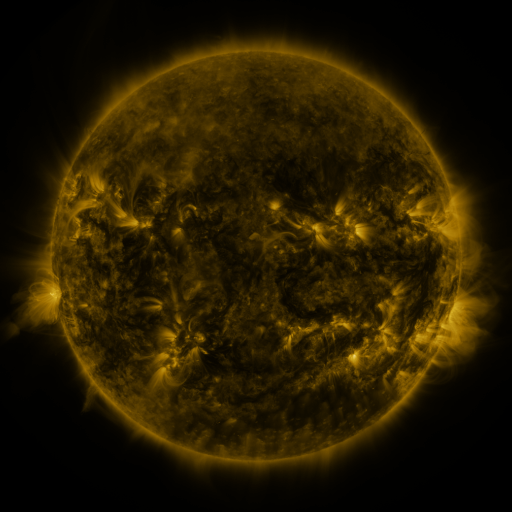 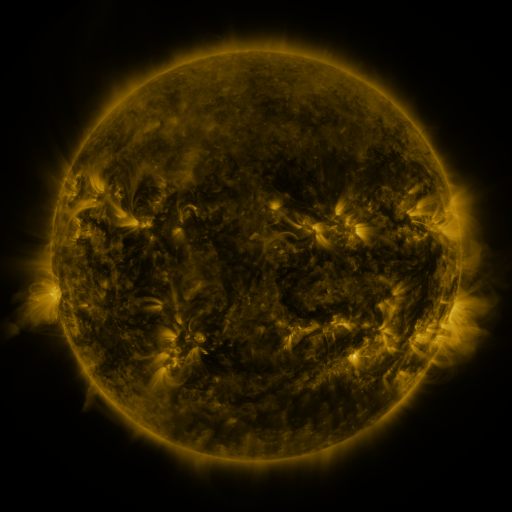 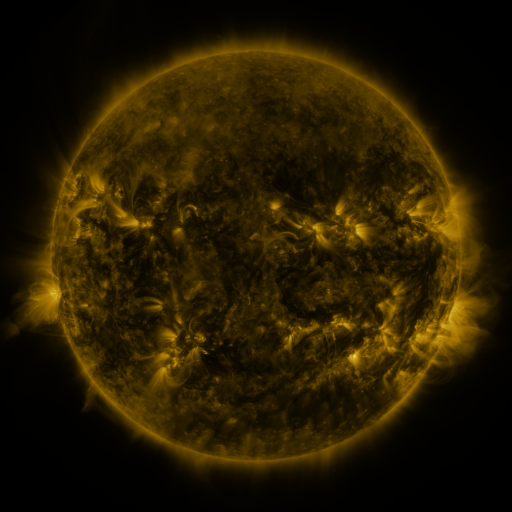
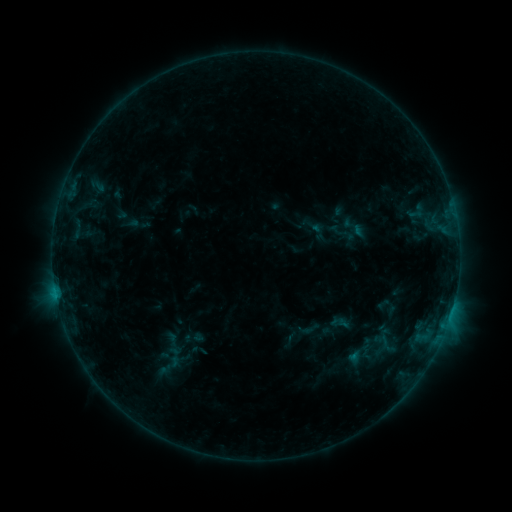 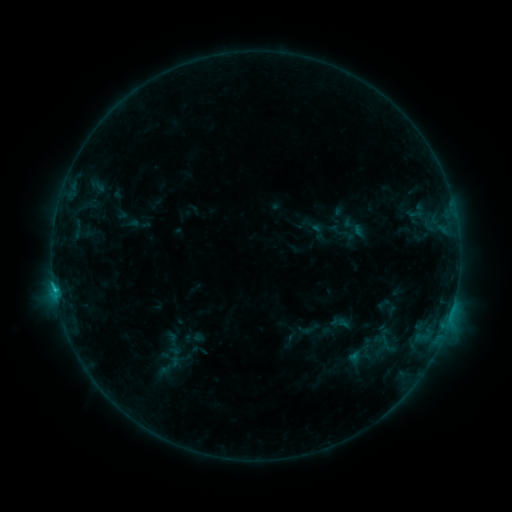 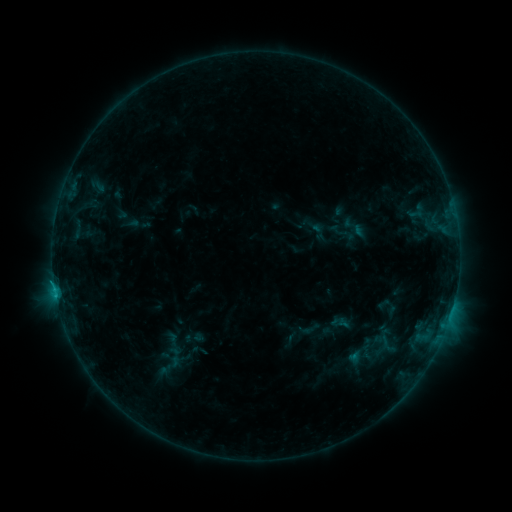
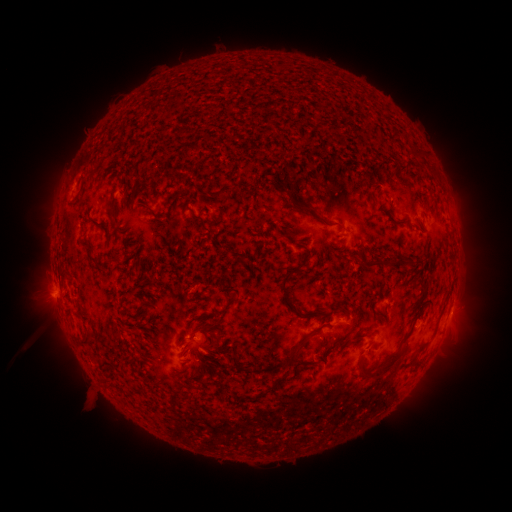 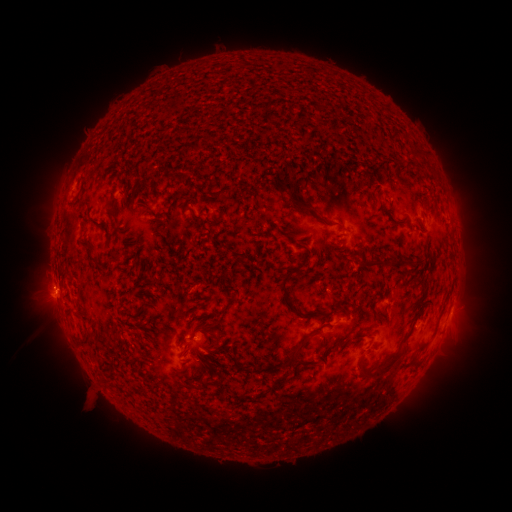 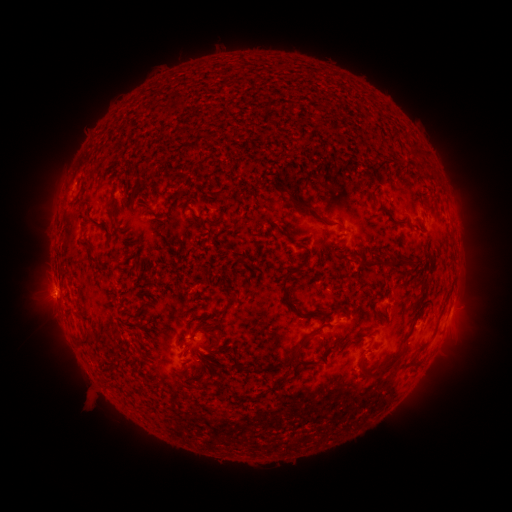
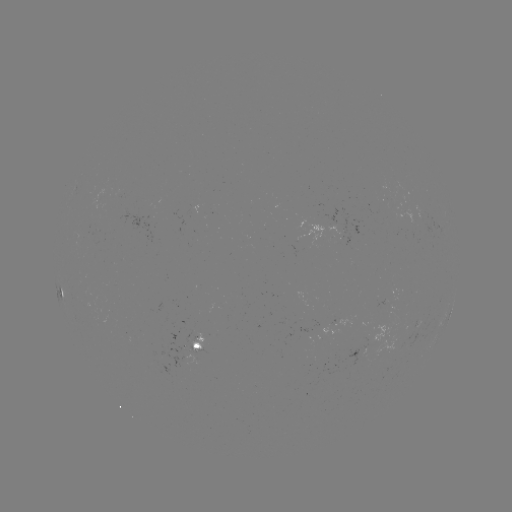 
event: flare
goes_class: C1.7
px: (56, 289)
